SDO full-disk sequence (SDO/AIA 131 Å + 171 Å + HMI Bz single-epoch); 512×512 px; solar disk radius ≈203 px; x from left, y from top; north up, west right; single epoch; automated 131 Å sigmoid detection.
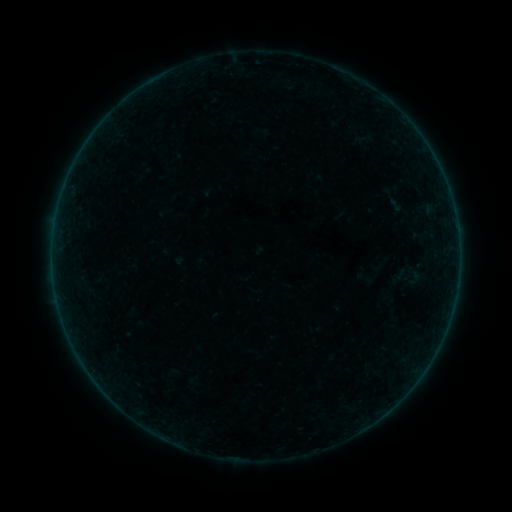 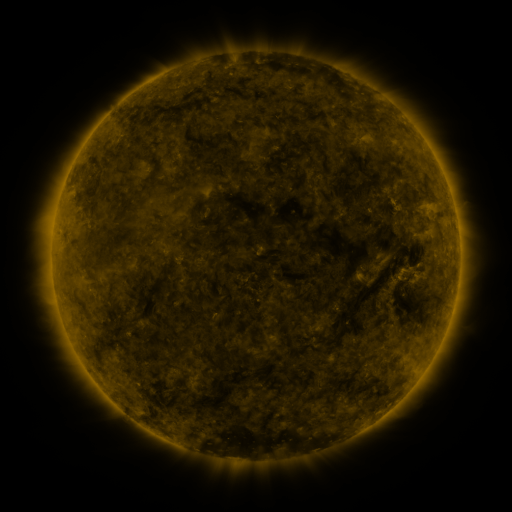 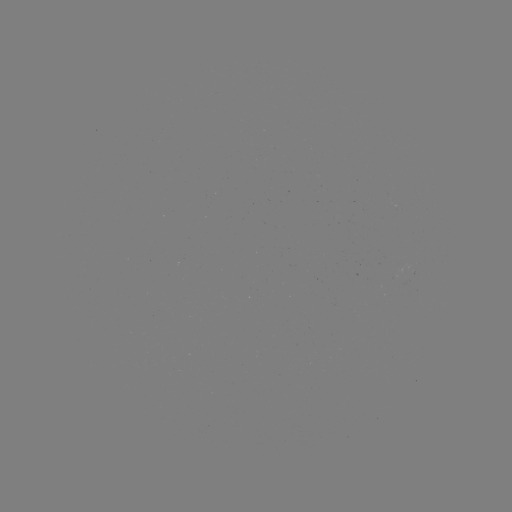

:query sigmoid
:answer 411,276